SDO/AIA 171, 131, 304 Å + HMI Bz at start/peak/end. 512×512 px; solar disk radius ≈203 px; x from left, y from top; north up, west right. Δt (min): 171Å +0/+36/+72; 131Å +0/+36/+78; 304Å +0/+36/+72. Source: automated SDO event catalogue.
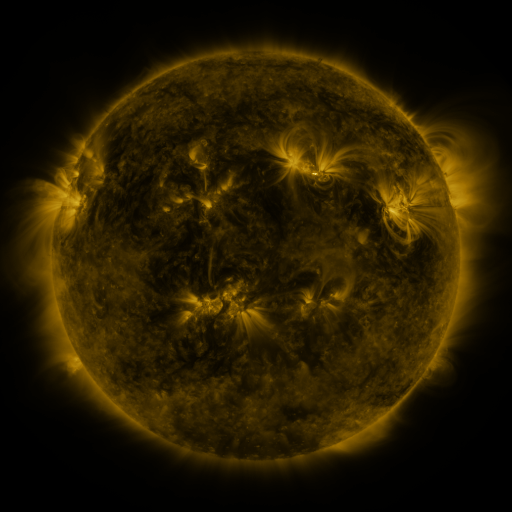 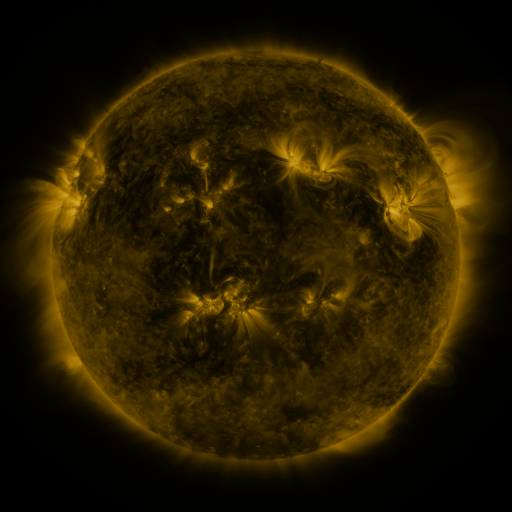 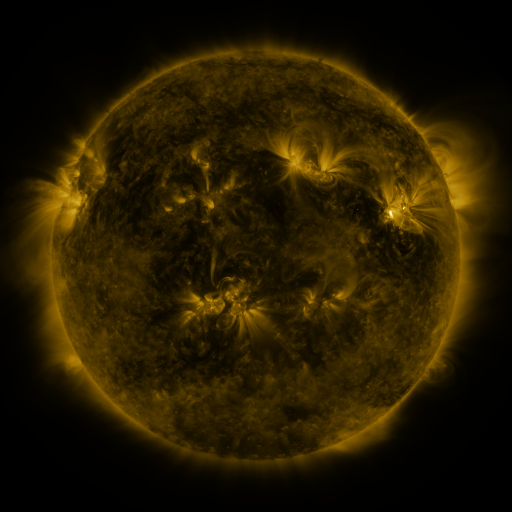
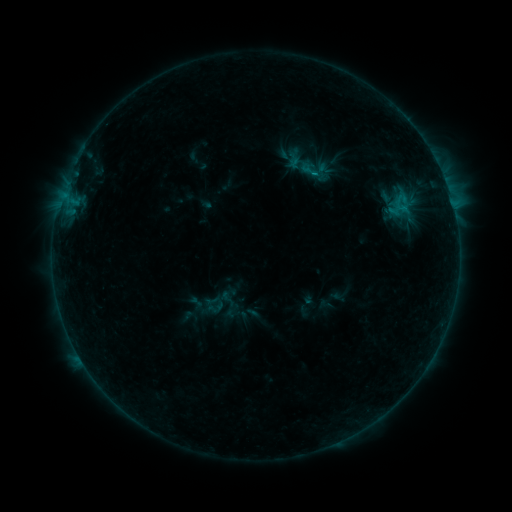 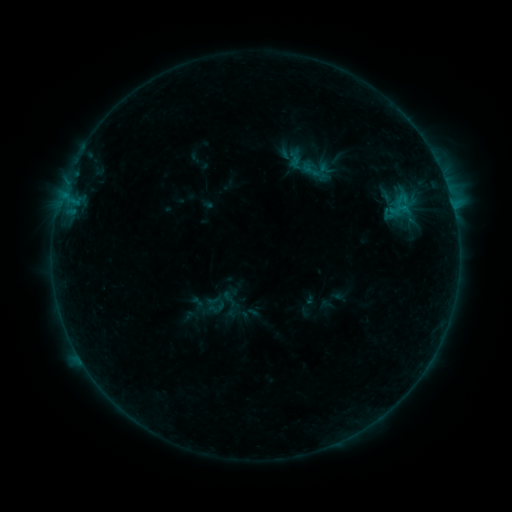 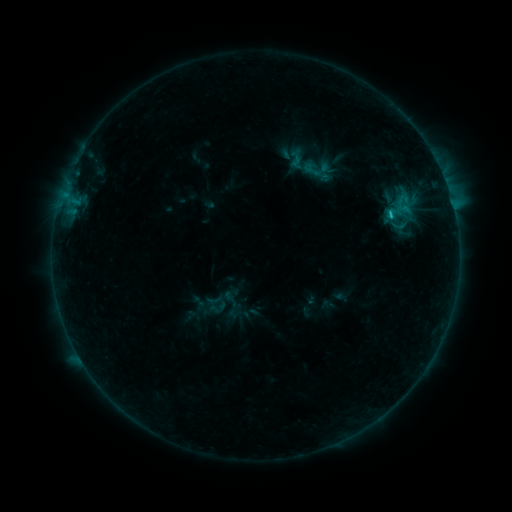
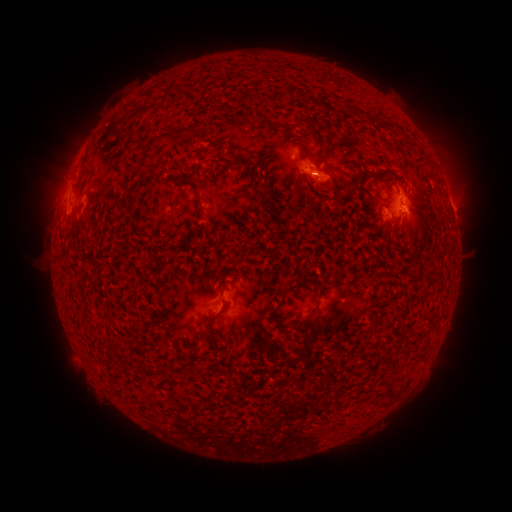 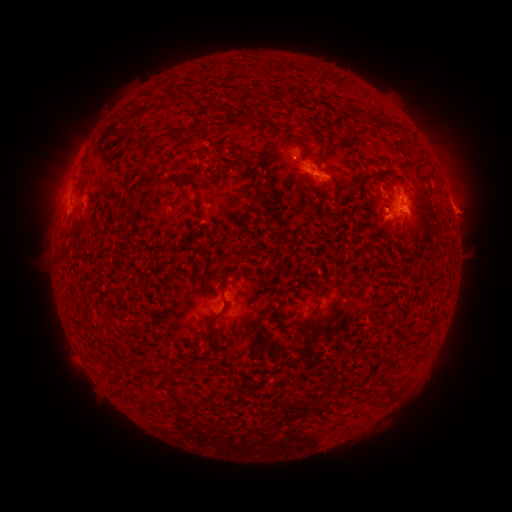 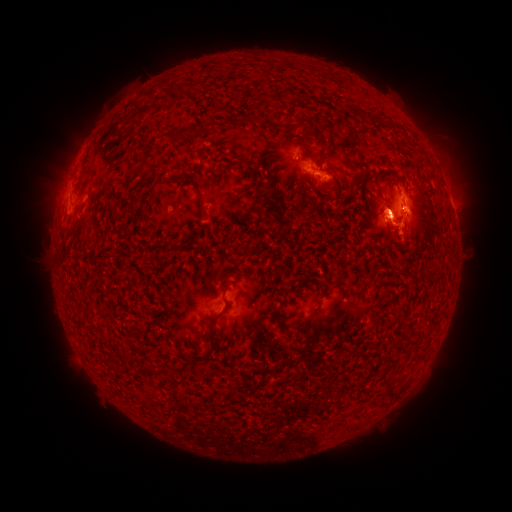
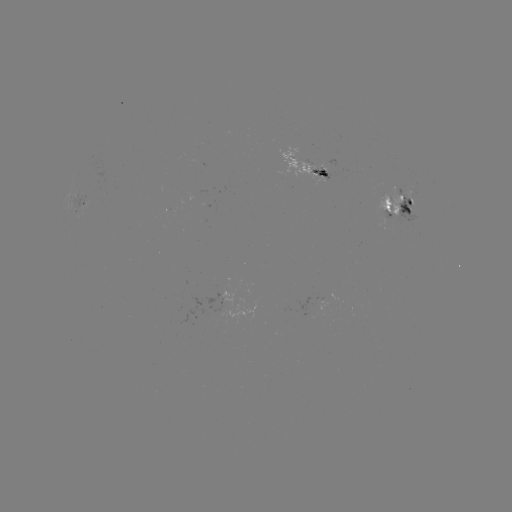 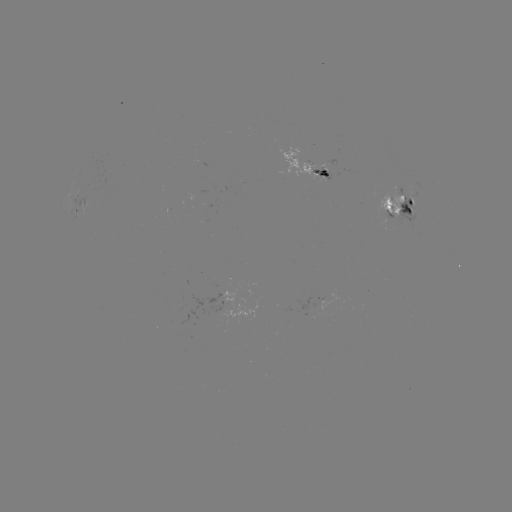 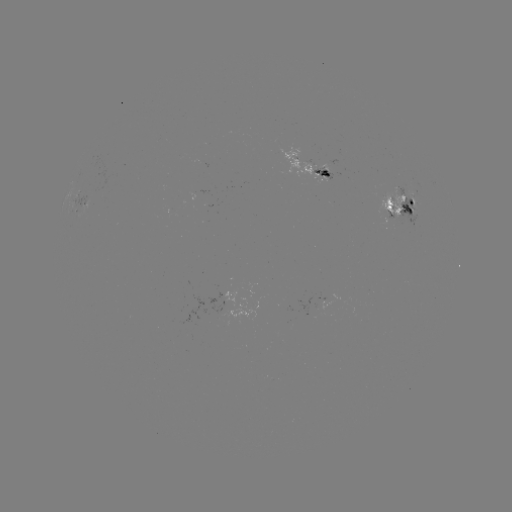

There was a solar emerging-flux region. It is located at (400, 198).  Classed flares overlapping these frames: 1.